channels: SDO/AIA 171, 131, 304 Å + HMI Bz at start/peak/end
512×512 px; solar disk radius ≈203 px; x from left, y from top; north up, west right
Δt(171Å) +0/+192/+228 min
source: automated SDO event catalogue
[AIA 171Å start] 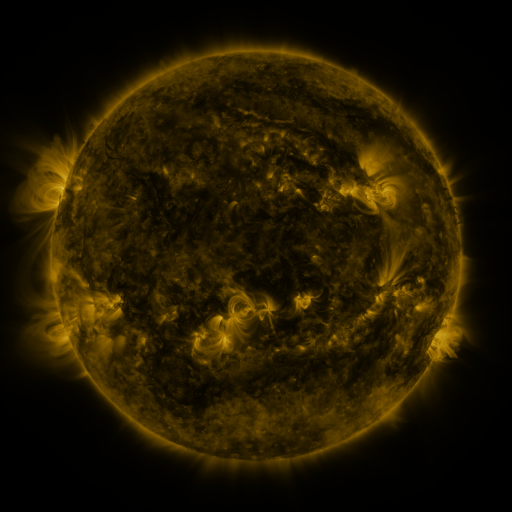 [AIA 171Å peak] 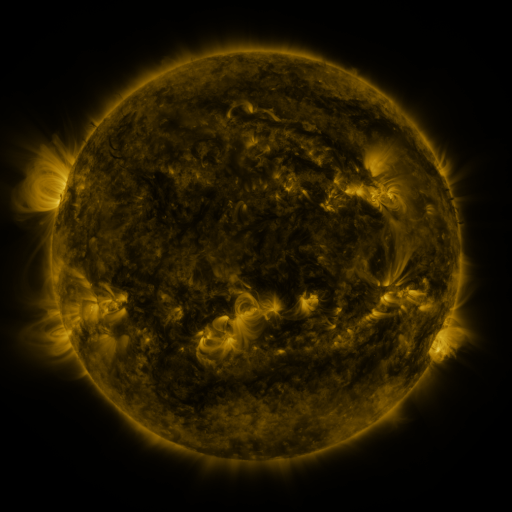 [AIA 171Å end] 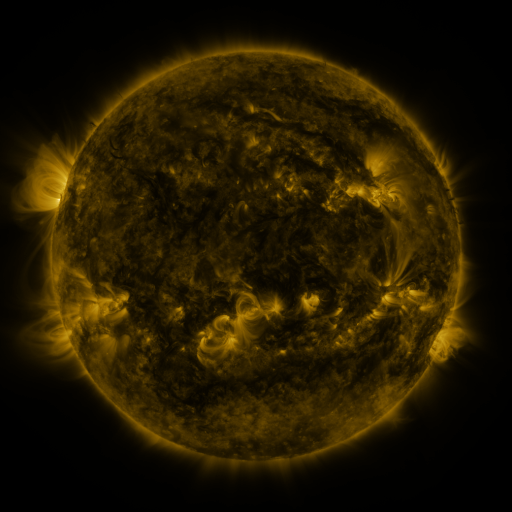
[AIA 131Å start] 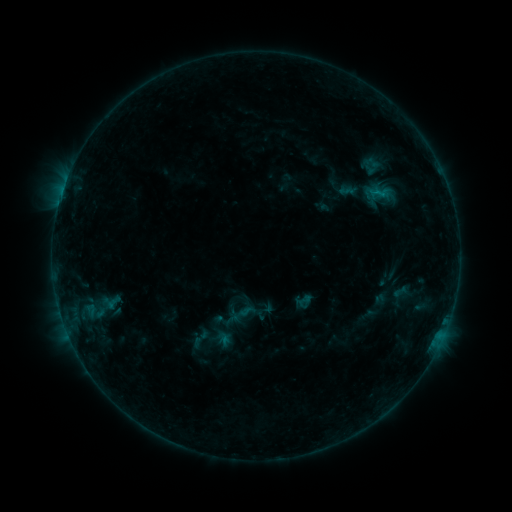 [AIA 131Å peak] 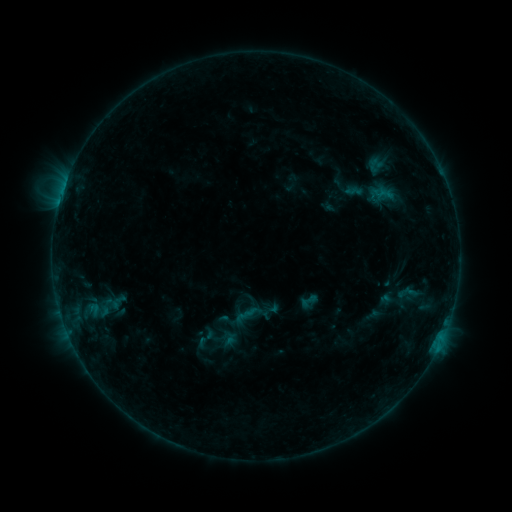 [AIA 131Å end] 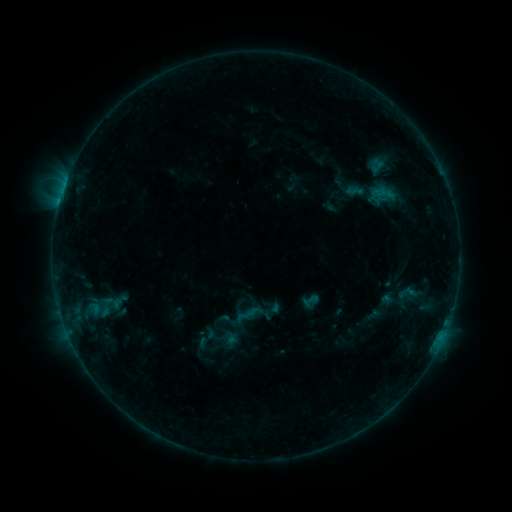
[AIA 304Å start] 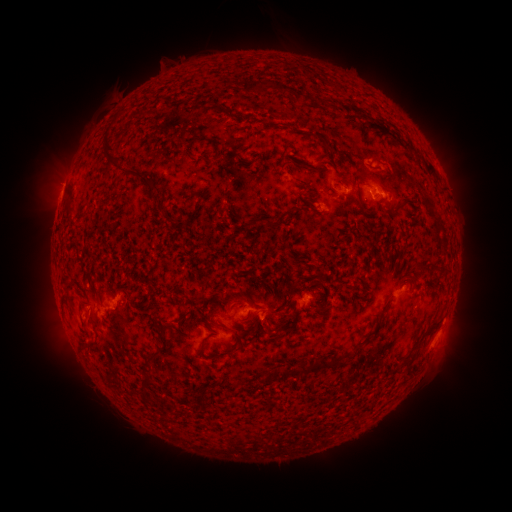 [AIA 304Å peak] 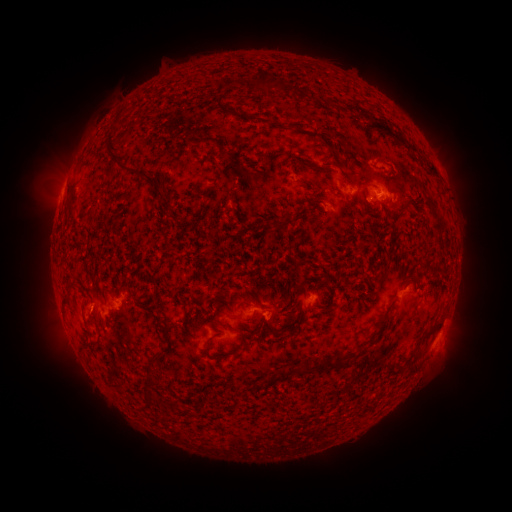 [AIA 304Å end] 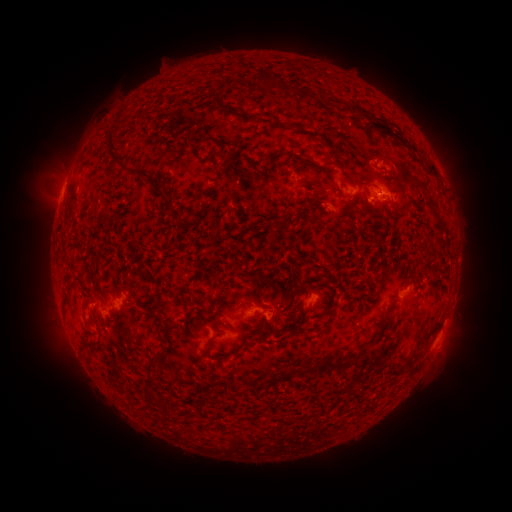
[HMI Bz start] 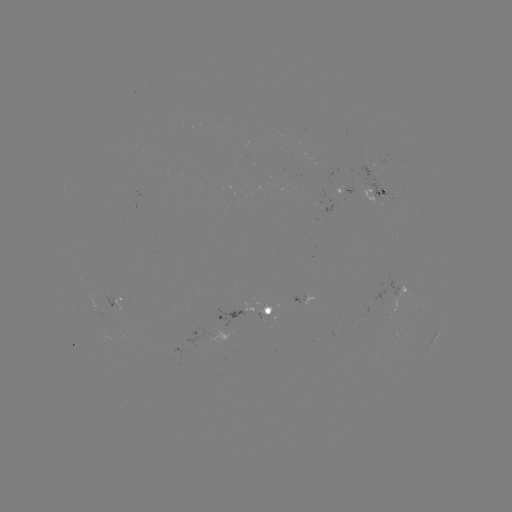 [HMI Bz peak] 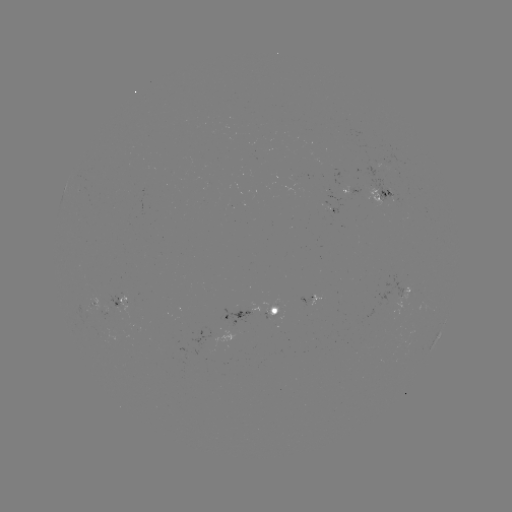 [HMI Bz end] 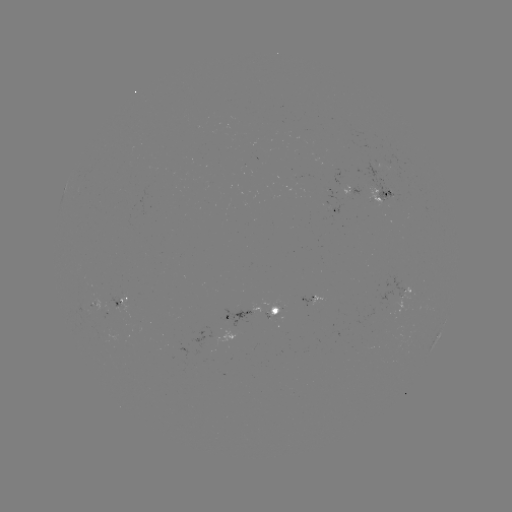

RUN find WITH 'emerging-flux region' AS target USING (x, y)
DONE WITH (385, 188) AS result